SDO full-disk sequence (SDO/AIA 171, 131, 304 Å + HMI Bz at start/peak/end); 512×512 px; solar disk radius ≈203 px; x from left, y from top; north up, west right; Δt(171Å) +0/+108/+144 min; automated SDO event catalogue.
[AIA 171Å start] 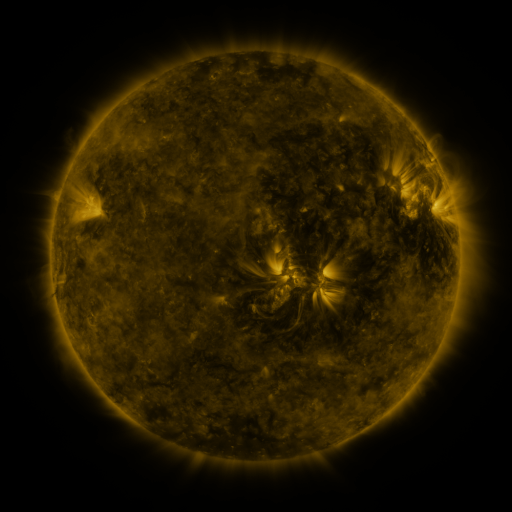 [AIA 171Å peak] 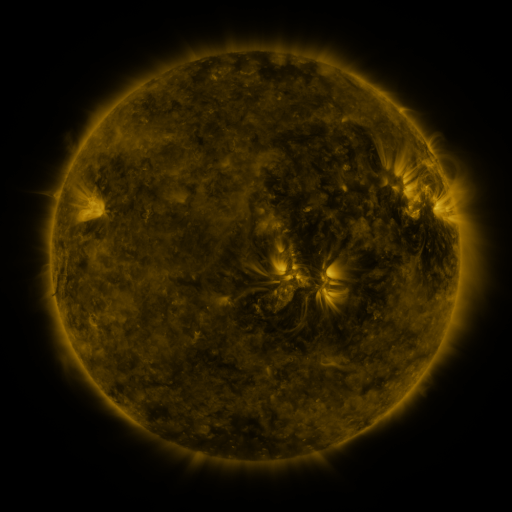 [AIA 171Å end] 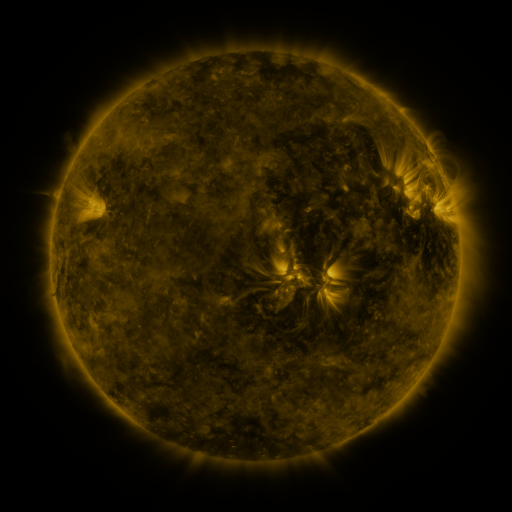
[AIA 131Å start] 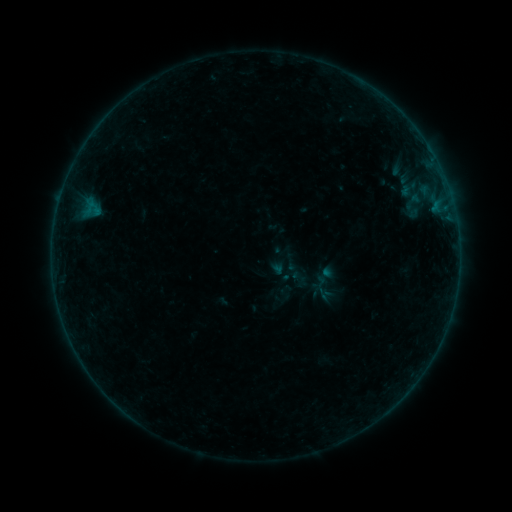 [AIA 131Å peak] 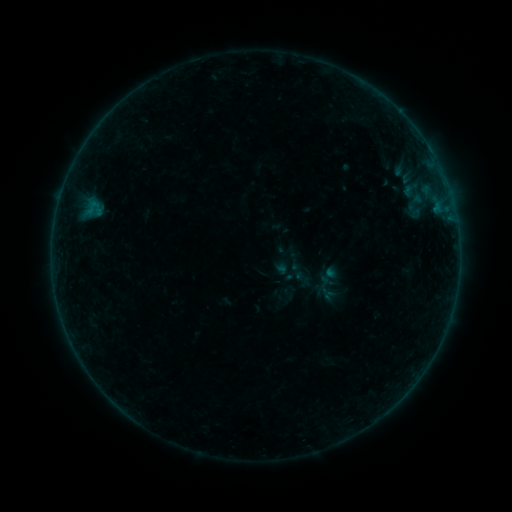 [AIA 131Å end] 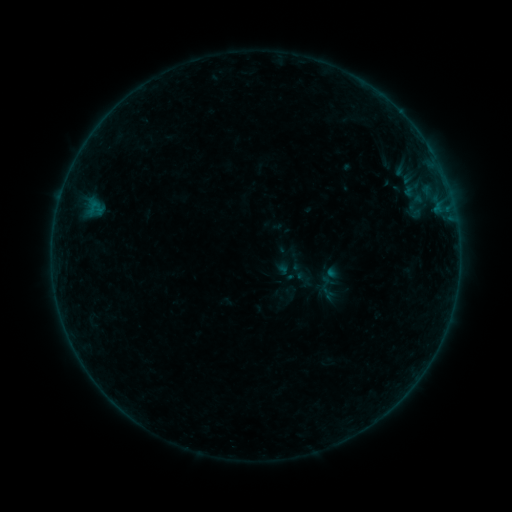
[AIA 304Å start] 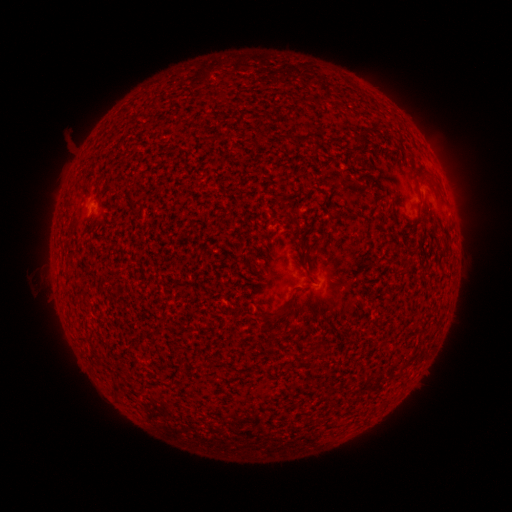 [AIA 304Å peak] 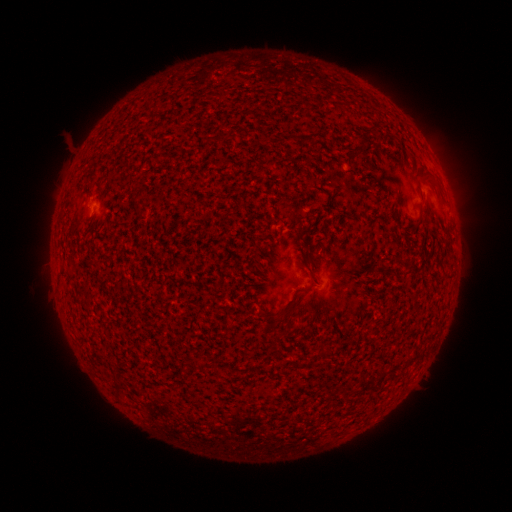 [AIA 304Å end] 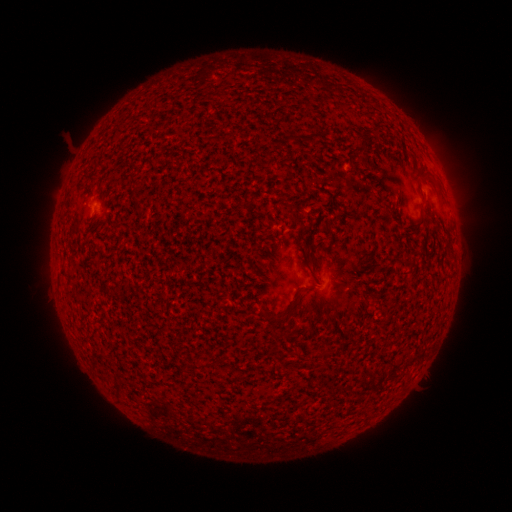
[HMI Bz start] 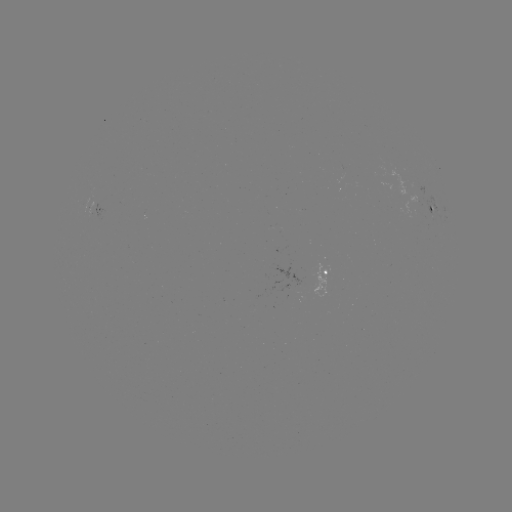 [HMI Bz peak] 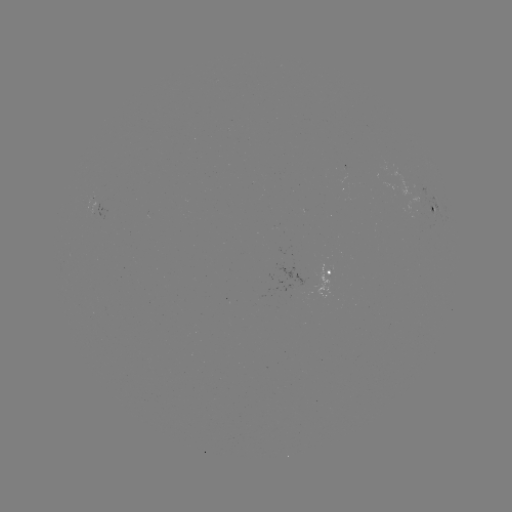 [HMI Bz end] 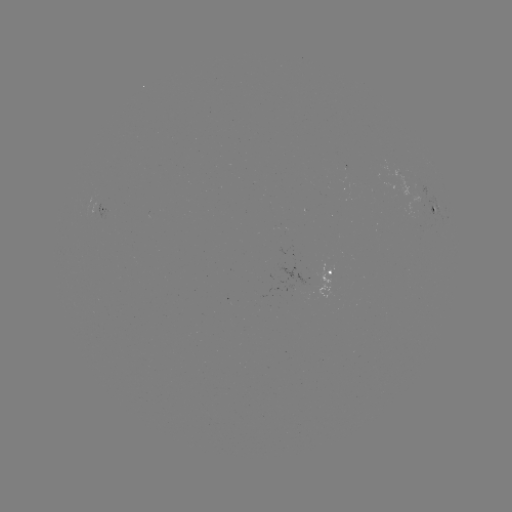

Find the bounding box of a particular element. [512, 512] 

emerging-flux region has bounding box [341, 164, 348, 179].